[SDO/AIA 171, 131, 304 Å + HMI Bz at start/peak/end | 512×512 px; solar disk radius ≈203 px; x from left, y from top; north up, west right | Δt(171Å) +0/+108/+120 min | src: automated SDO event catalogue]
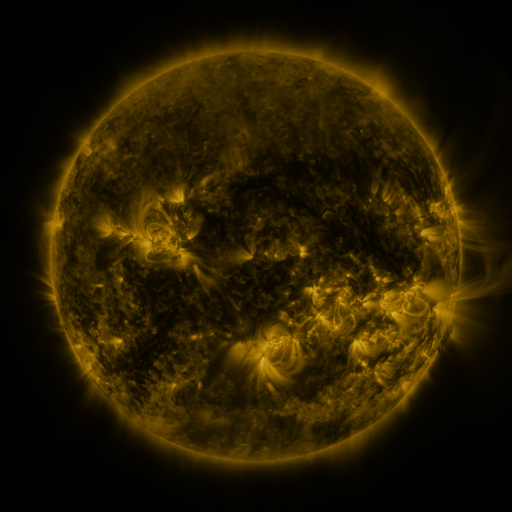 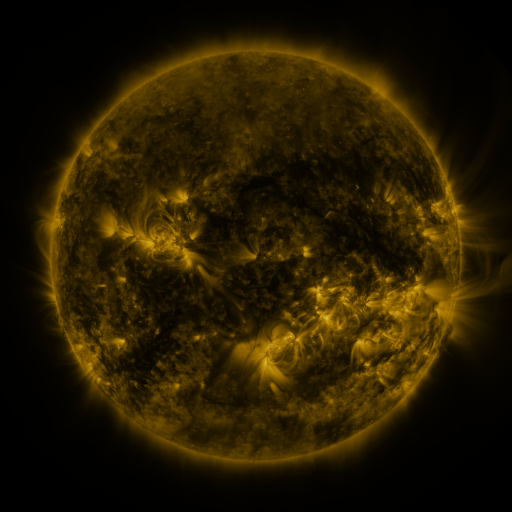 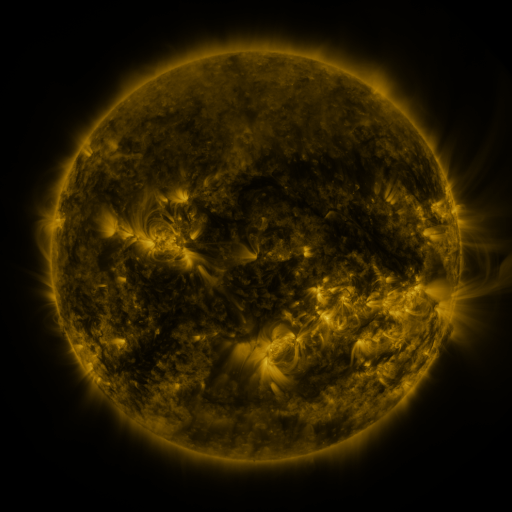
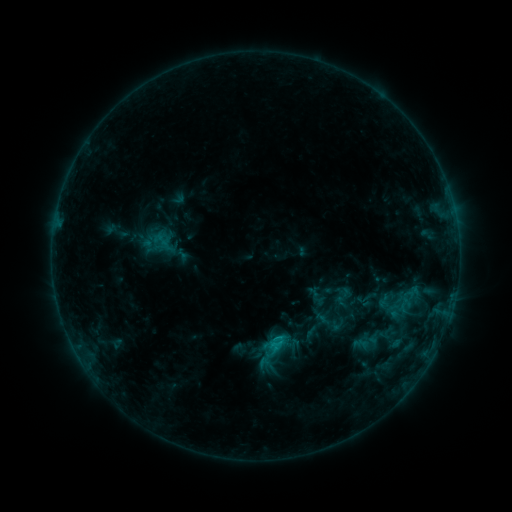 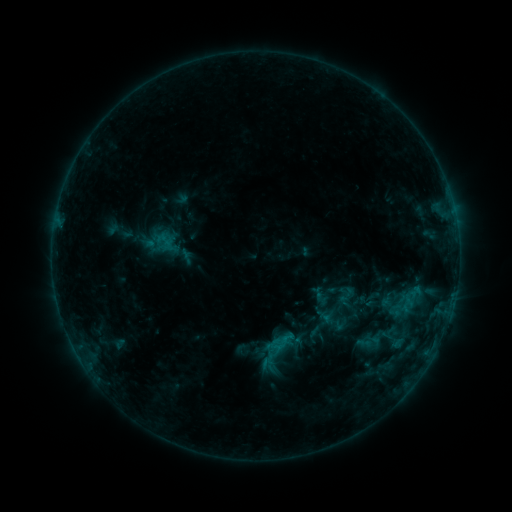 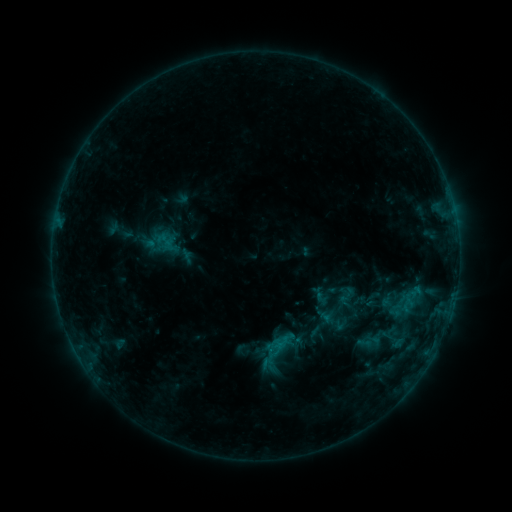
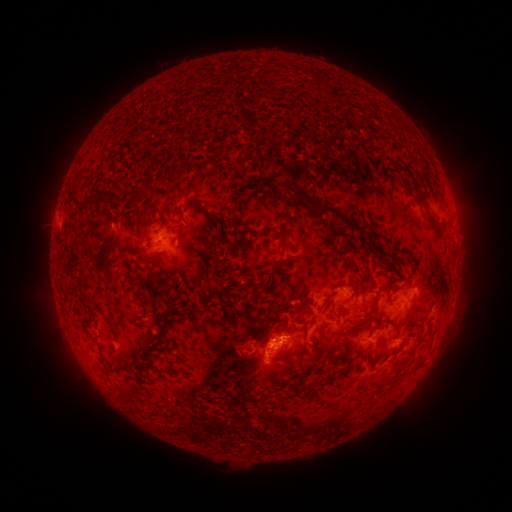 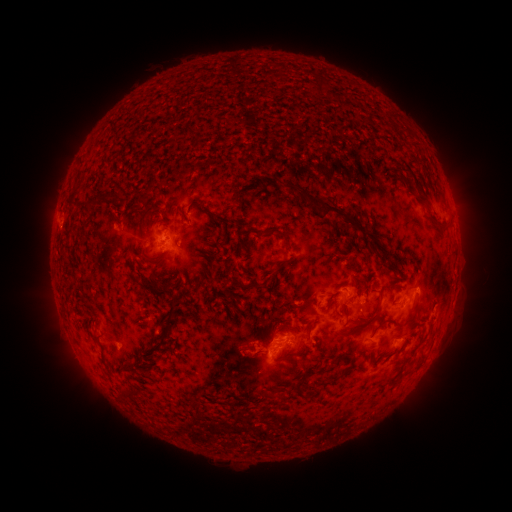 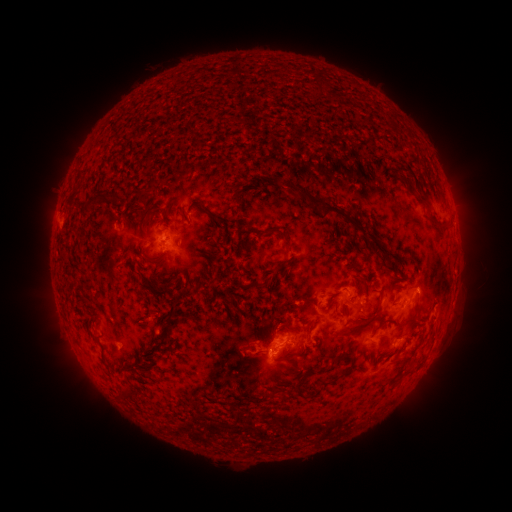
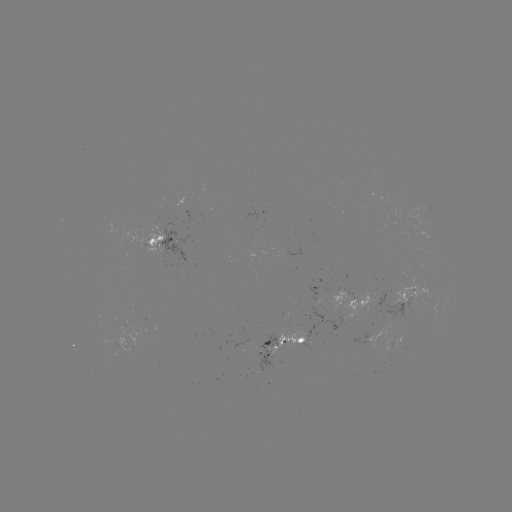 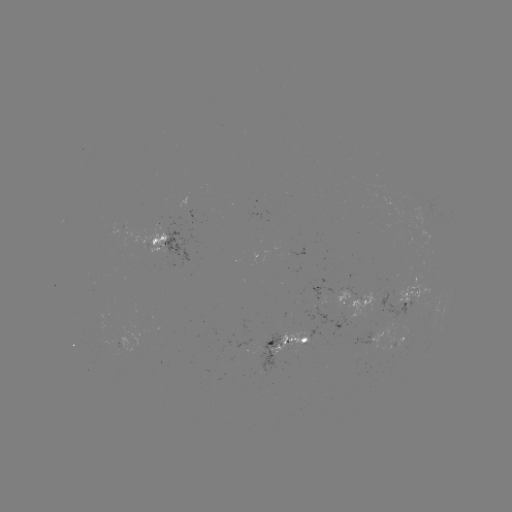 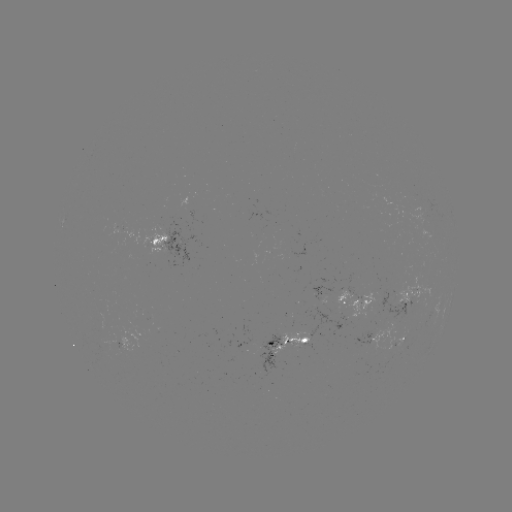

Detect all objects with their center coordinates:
emerging-flux region: (402, 339)
